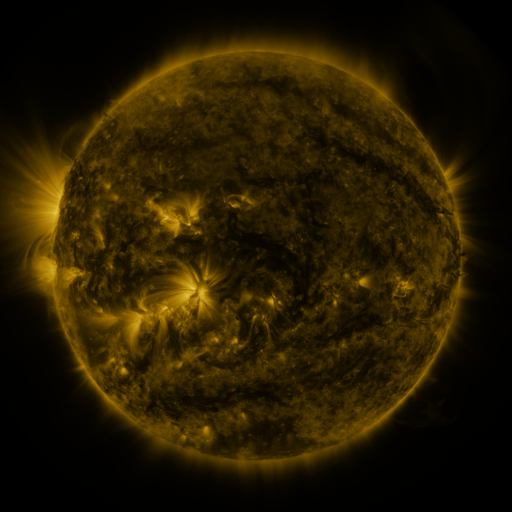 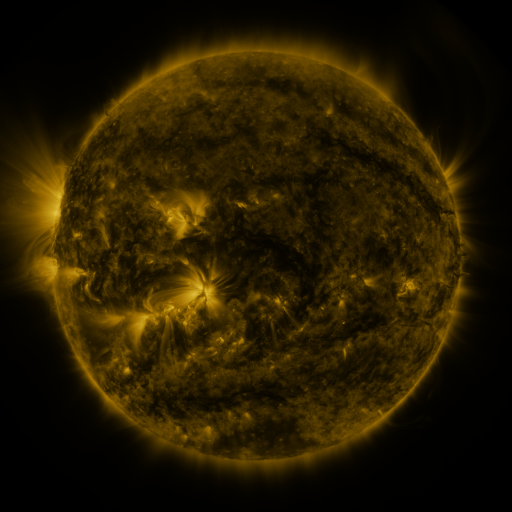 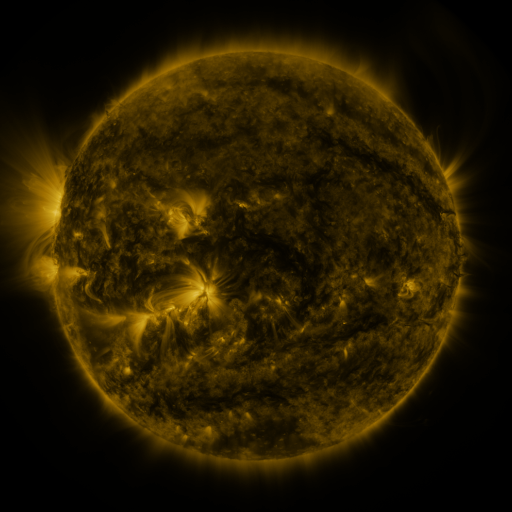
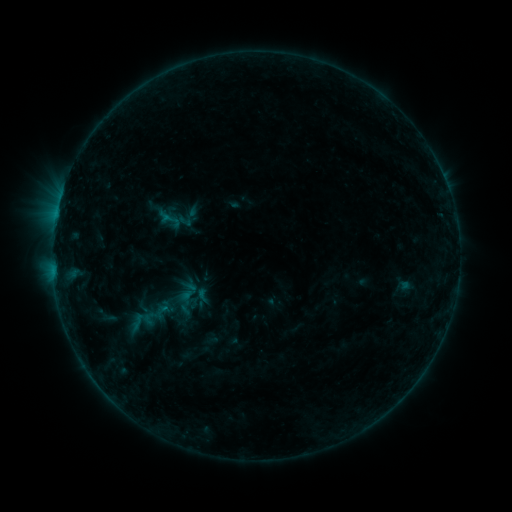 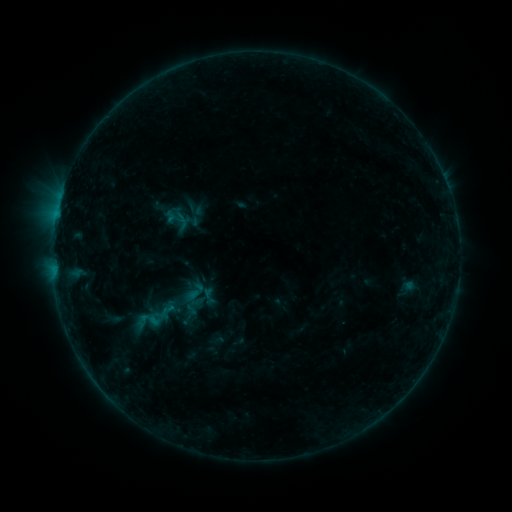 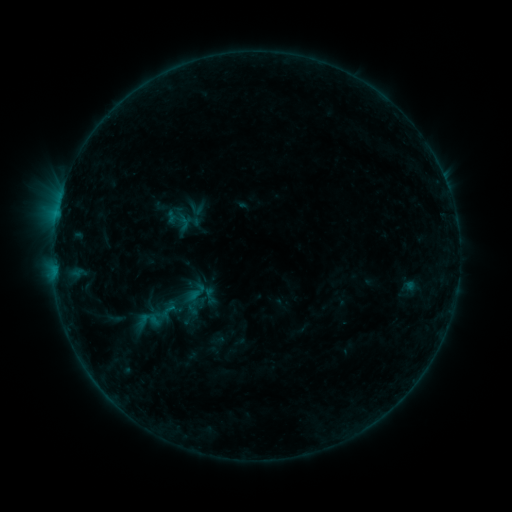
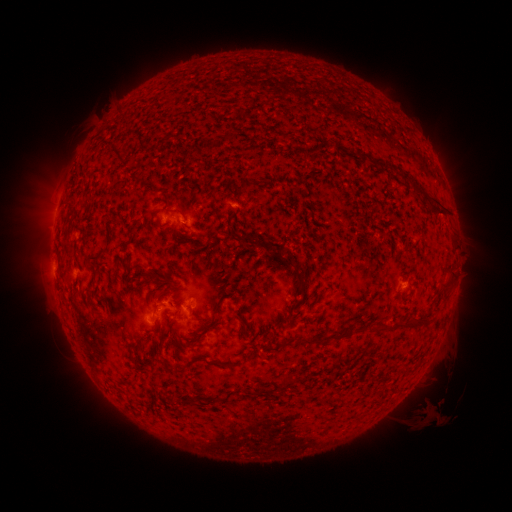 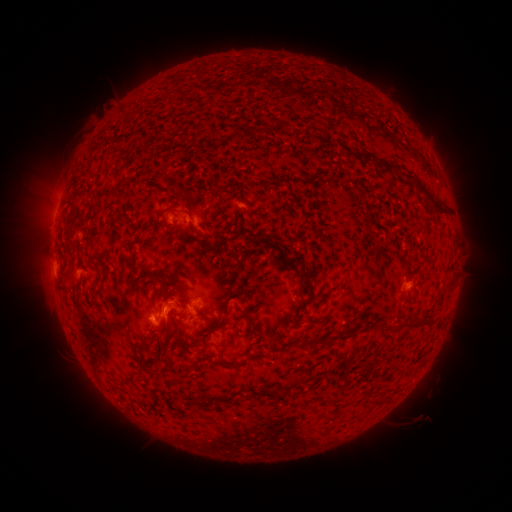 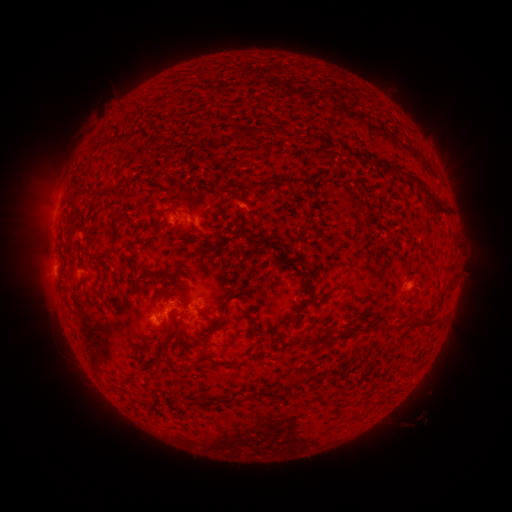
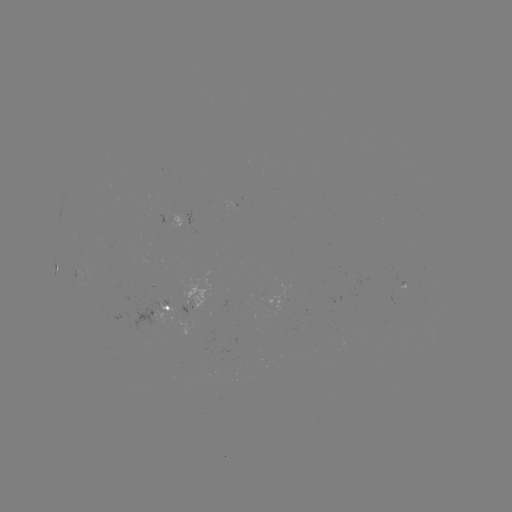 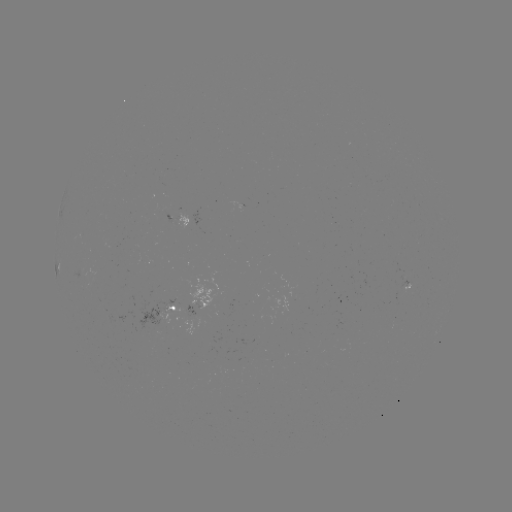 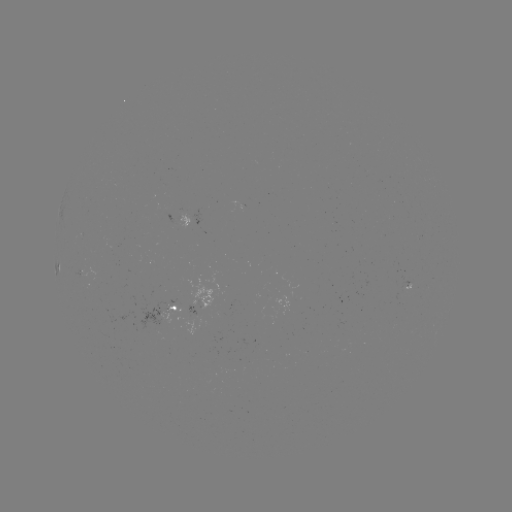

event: emerging-flux region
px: (171, 222)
